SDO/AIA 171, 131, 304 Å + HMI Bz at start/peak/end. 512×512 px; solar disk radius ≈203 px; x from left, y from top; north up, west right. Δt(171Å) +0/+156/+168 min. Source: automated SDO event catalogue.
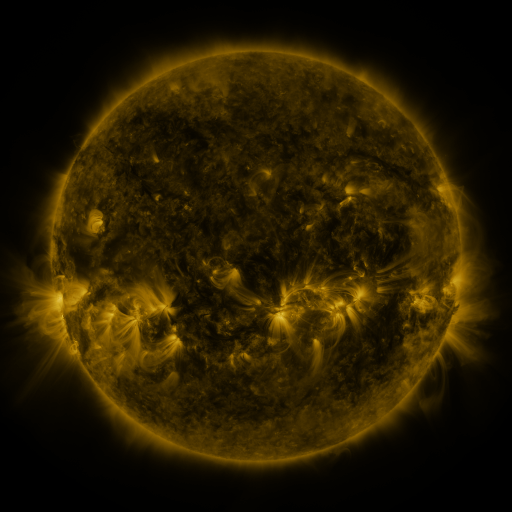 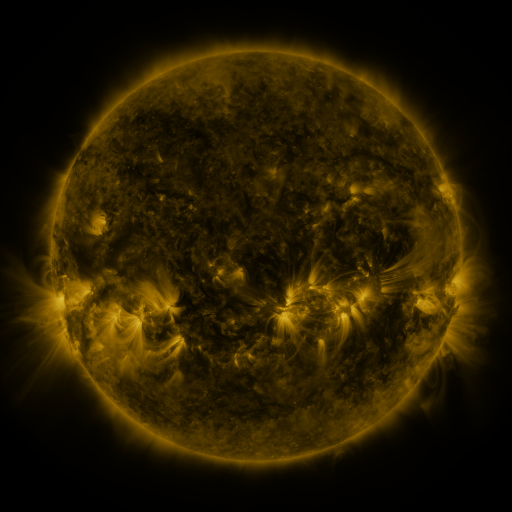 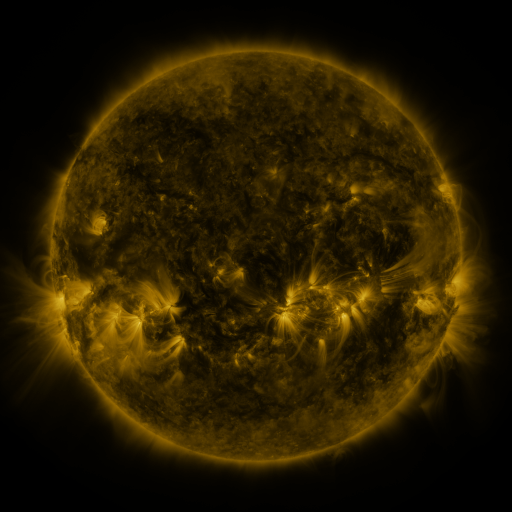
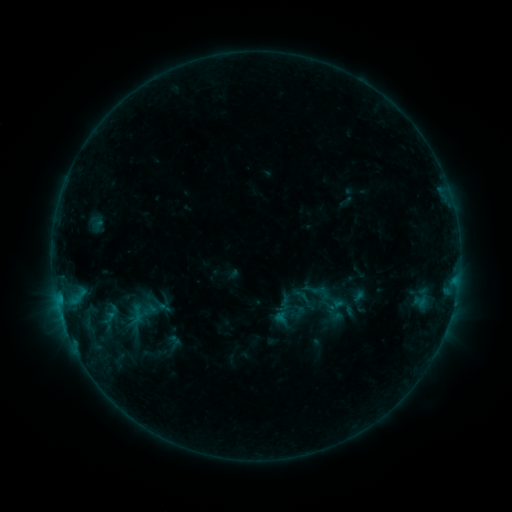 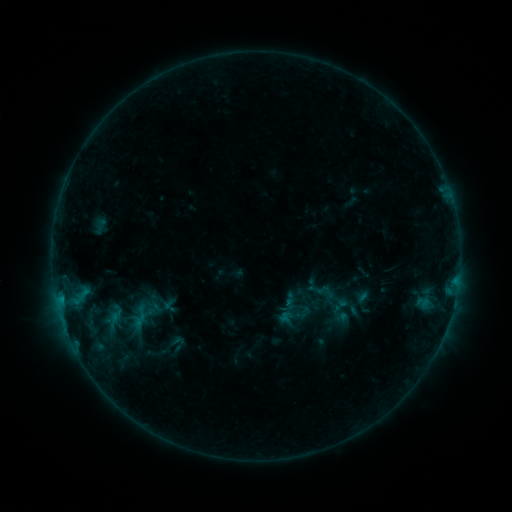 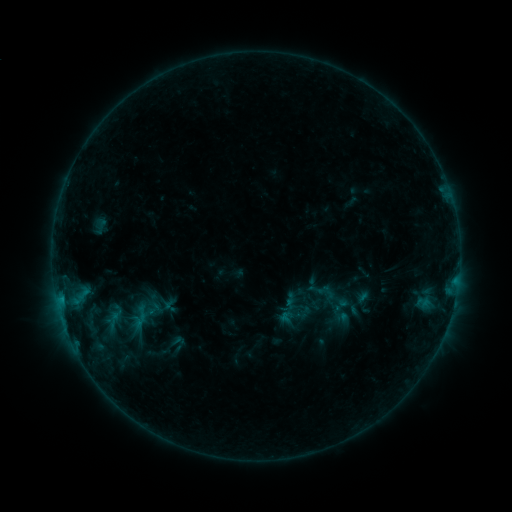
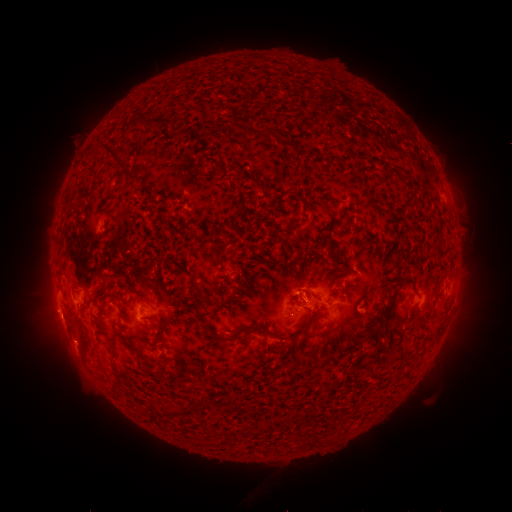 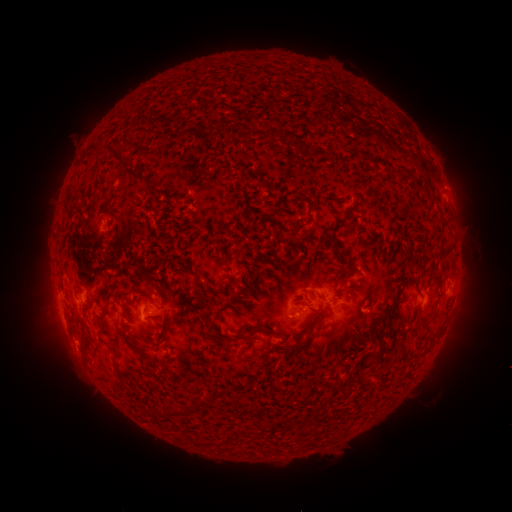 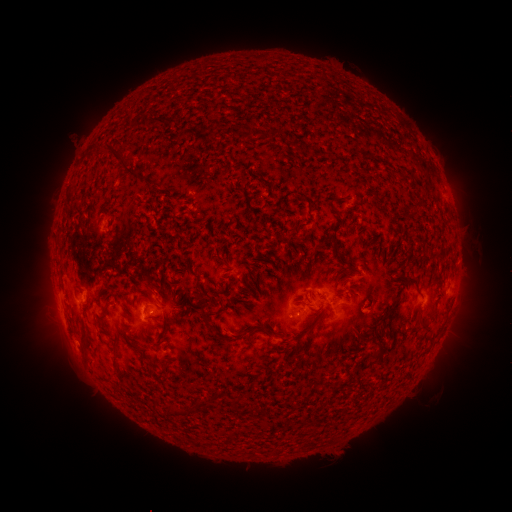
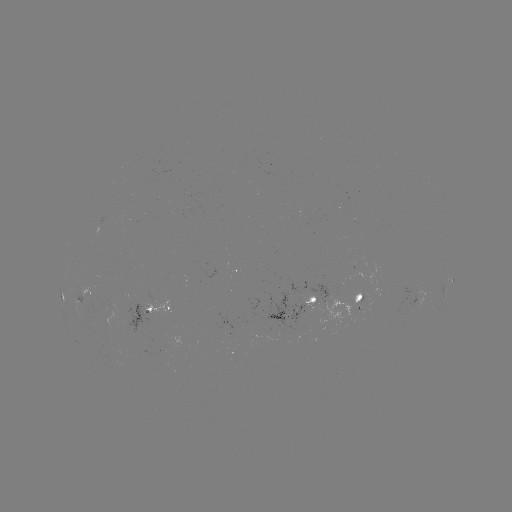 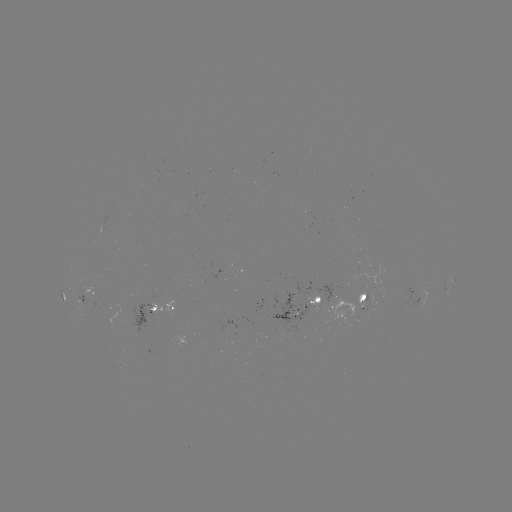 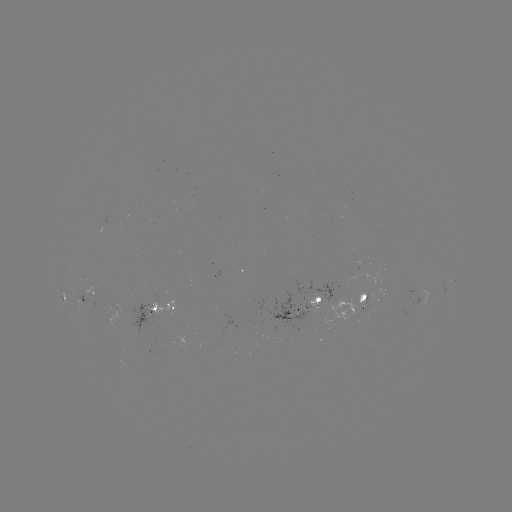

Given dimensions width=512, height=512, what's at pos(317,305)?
emerging-flux region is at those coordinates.